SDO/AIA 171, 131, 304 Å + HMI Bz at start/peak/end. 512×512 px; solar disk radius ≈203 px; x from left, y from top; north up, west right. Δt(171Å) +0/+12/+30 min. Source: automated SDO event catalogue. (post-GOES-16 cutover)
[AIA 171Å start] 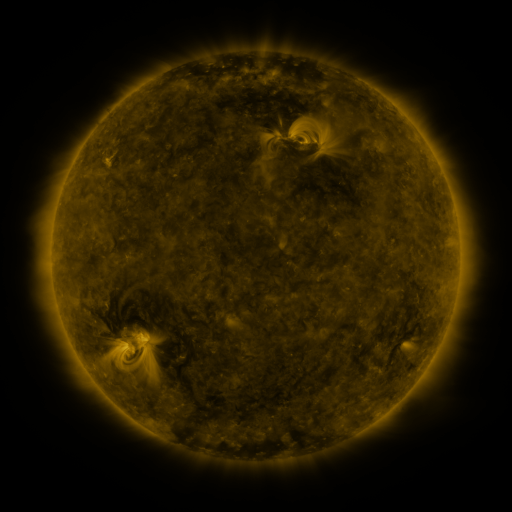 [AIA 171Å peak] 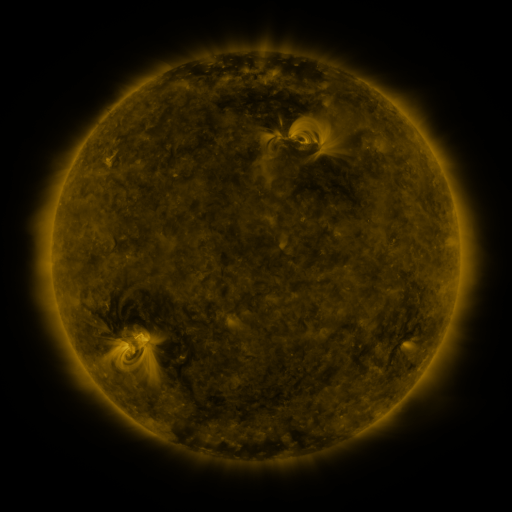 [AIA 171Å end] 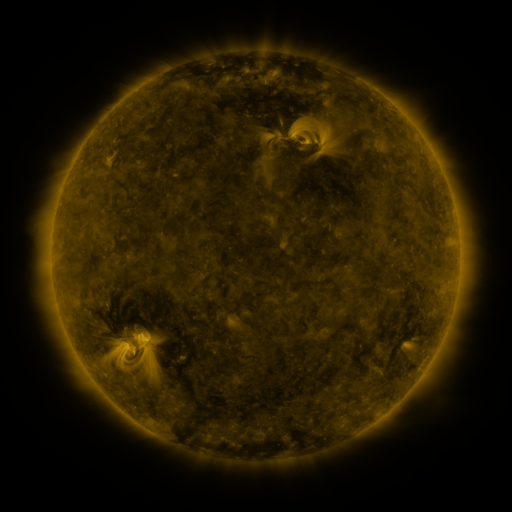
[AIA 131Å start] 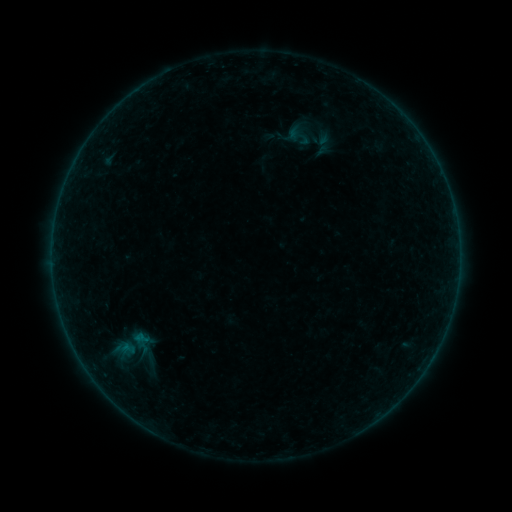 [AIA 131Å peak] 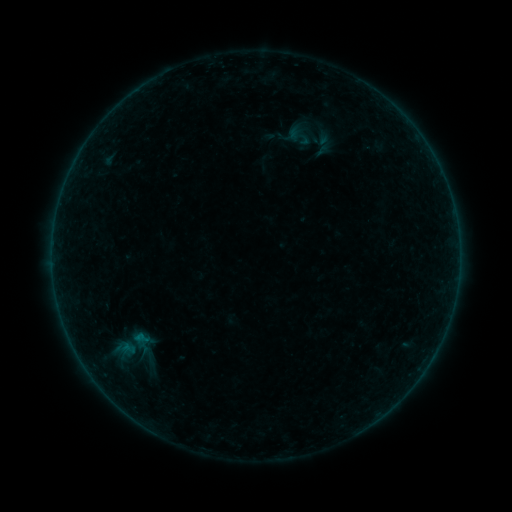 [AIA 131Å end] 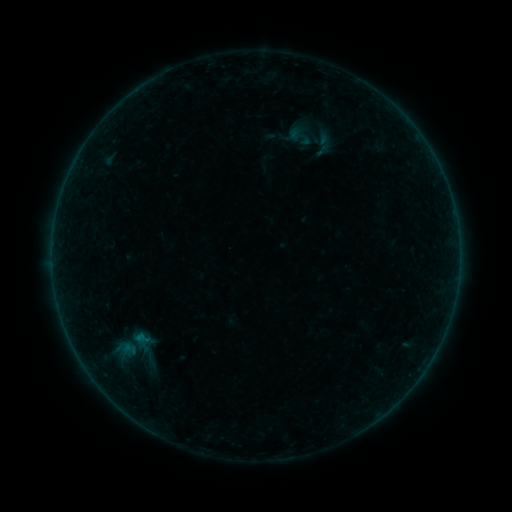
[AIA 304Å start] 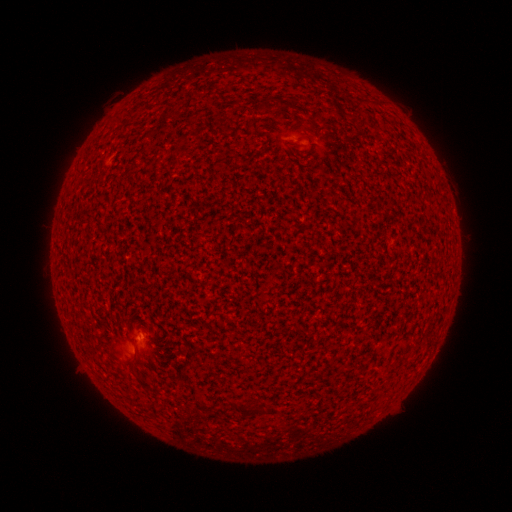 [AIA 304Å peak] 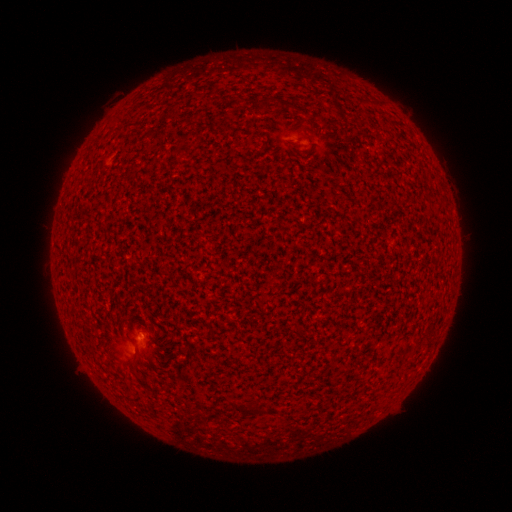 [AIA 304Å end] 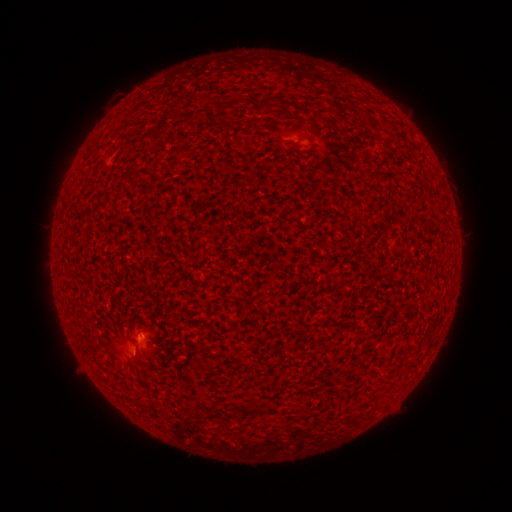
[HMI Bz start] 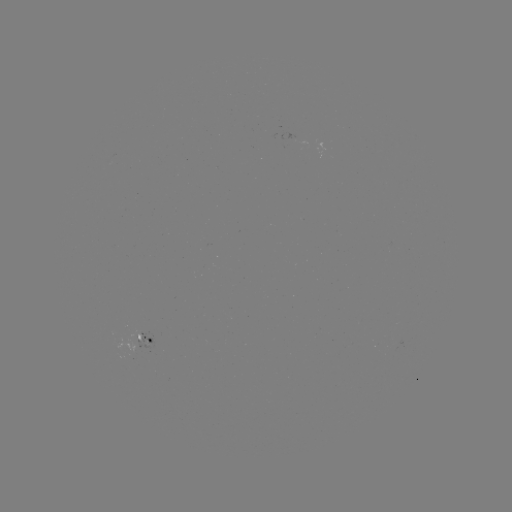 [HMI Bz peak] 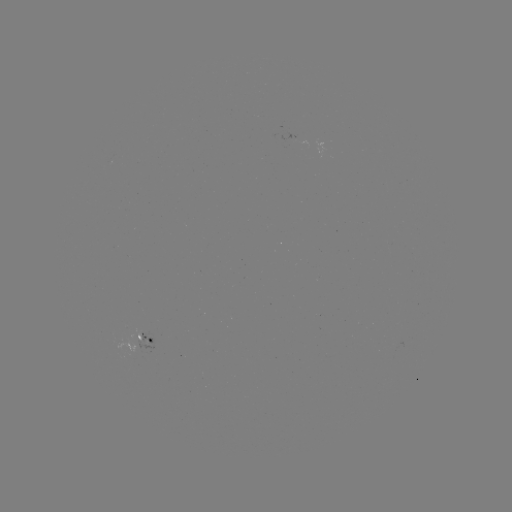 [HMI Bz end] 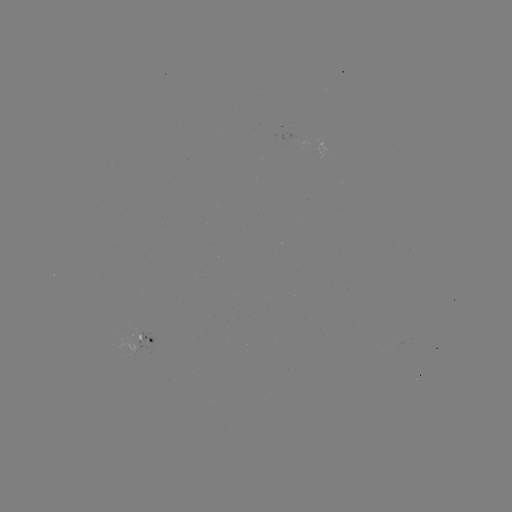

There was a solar flare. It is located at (140, 335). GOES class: A8.5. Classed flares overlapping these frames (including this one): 1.